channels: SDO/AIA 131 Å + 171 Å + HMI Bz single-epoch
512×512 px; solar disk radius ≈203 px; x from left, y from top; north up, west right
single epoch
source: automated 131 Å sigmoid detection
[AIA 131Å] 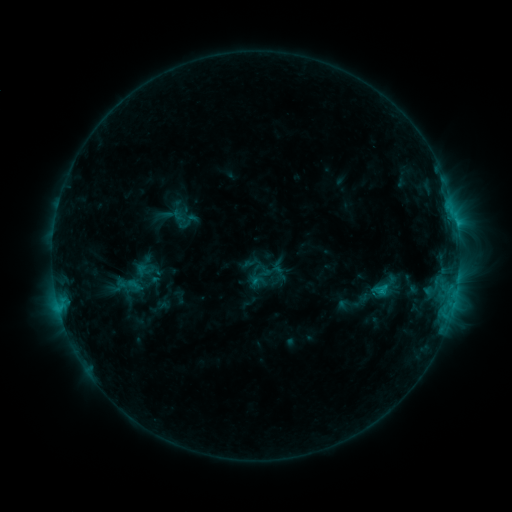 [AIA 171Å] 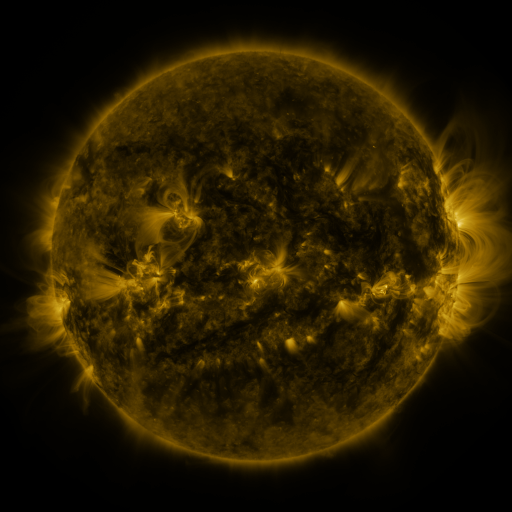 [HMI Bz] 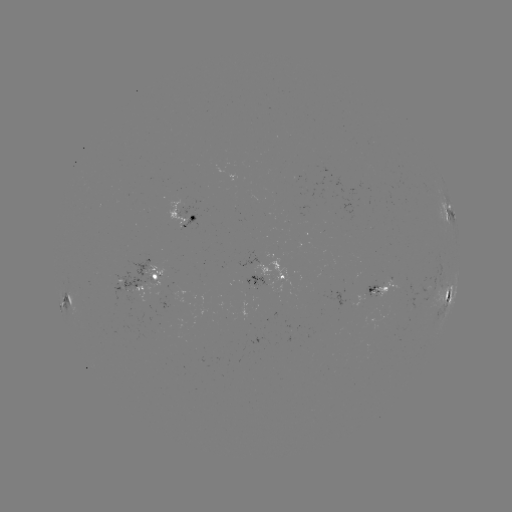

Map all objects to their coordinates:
sigmoid: (188, 221)
